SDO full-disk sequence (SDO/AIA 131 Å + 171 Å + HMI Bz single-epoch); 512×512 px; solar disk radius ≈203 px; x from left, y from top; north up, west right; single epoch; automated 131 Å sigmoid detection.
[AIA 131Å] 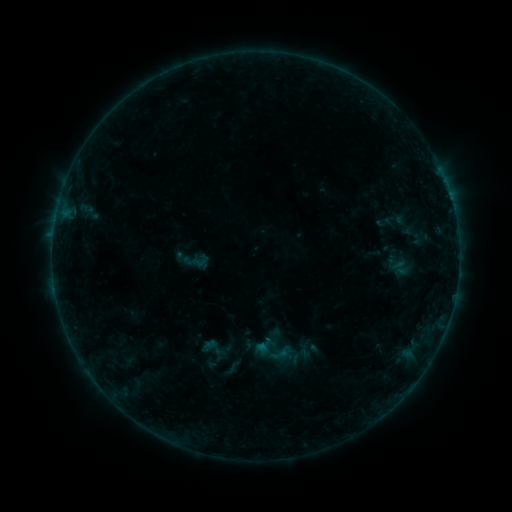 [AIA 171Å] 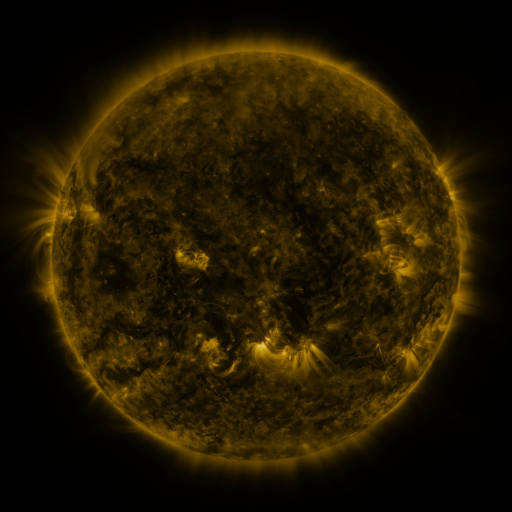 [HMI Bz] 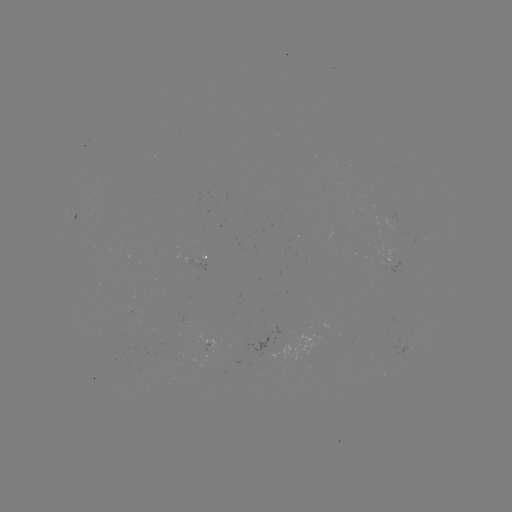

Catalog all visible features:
sigmoid: (211, 348)
sigmoid: (232, 368)
